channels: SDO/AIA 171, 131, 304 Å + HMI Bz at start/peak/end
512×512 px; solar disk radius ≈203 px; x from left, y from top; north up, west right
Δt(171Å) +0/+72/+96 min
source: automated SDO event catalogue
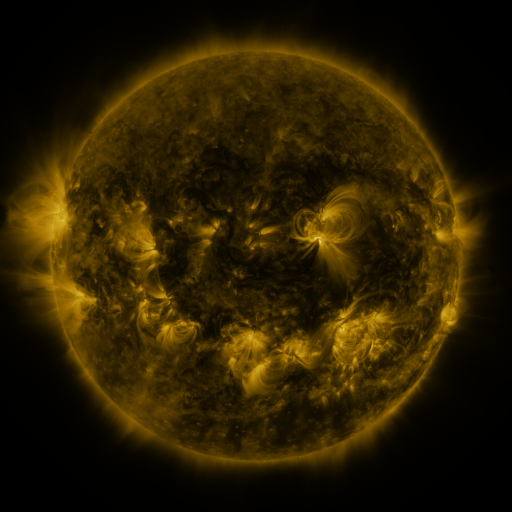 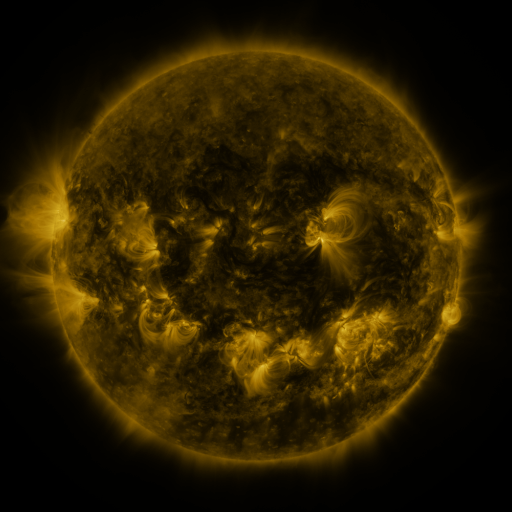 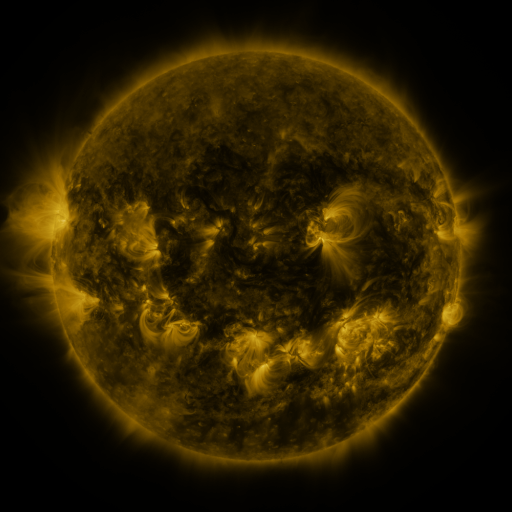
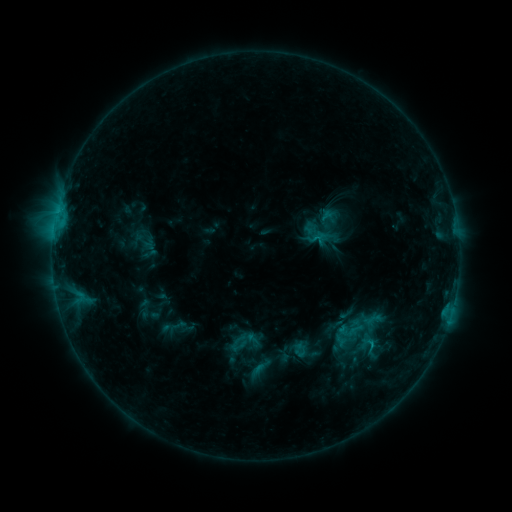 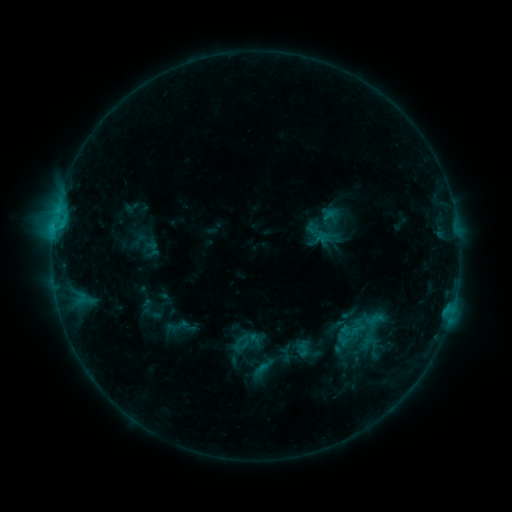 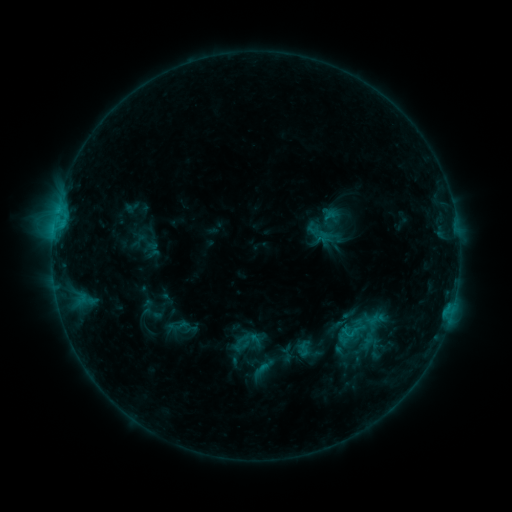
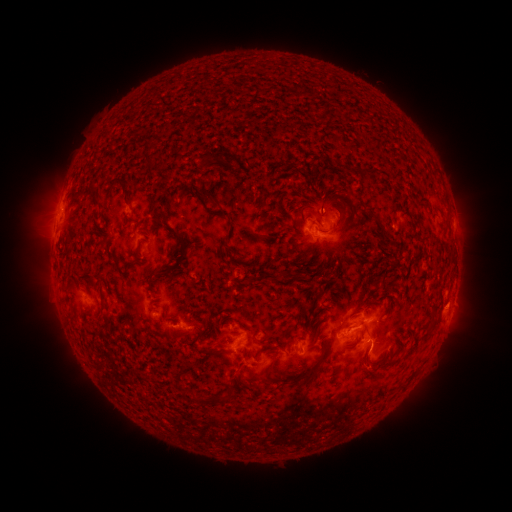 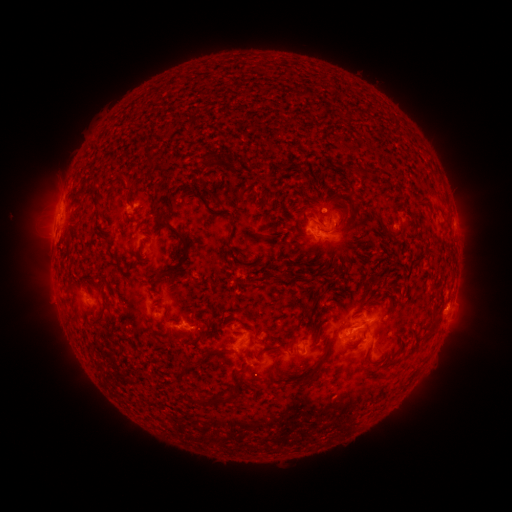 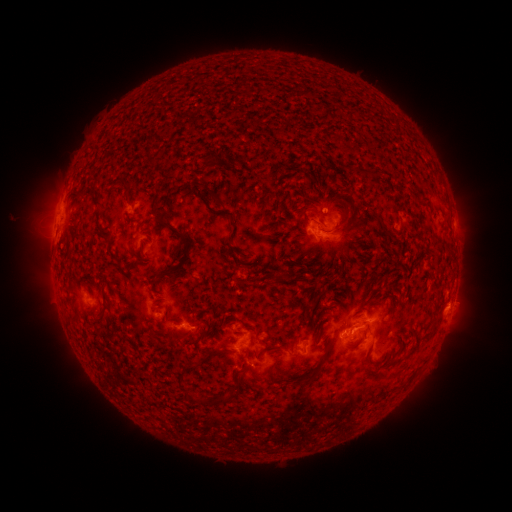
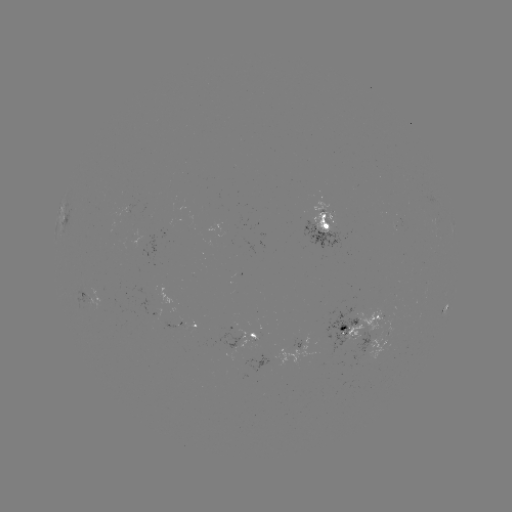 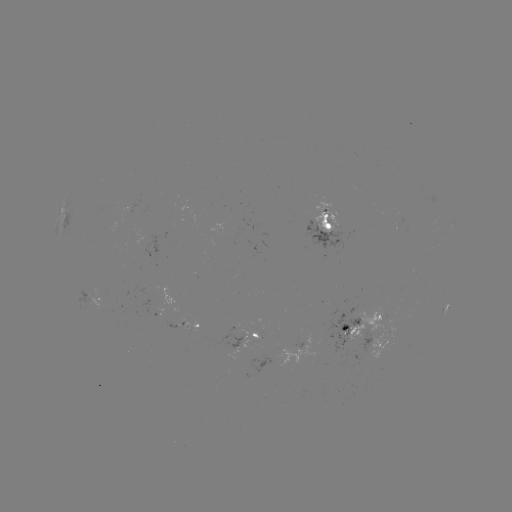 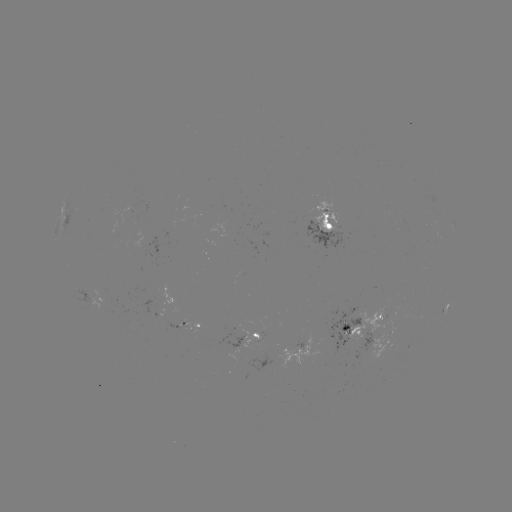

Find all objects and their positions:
emerging-flux region: (360, 338)
